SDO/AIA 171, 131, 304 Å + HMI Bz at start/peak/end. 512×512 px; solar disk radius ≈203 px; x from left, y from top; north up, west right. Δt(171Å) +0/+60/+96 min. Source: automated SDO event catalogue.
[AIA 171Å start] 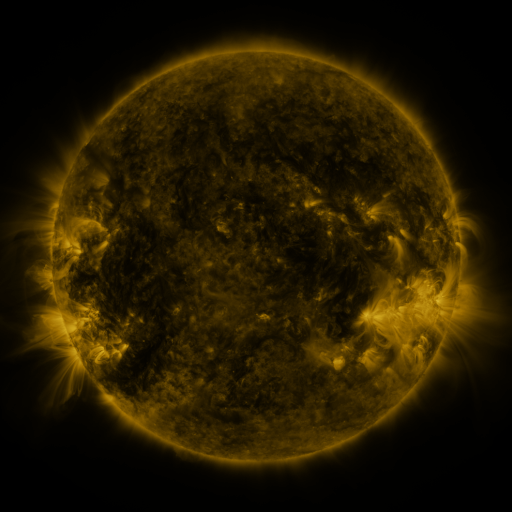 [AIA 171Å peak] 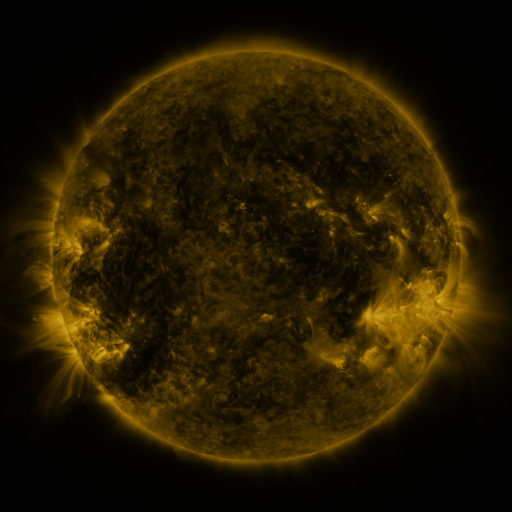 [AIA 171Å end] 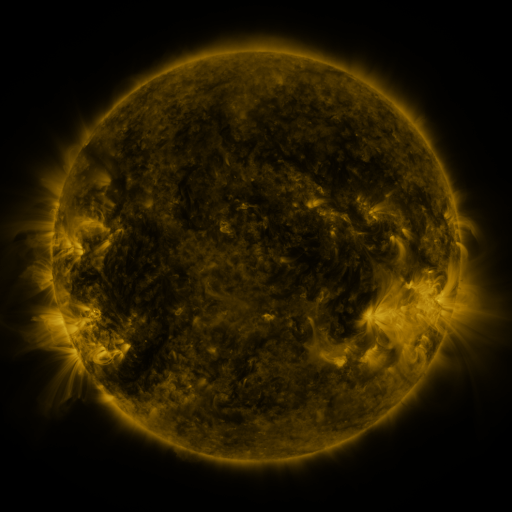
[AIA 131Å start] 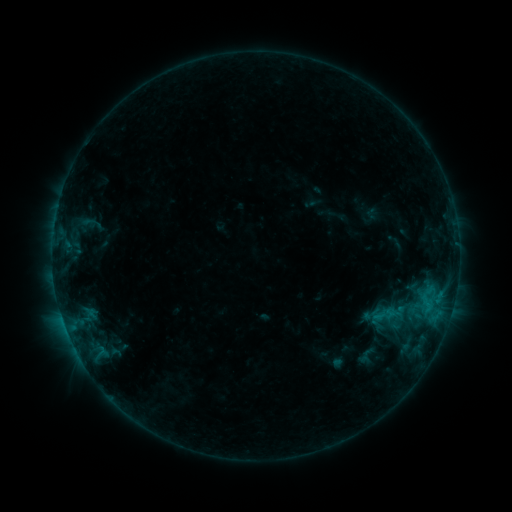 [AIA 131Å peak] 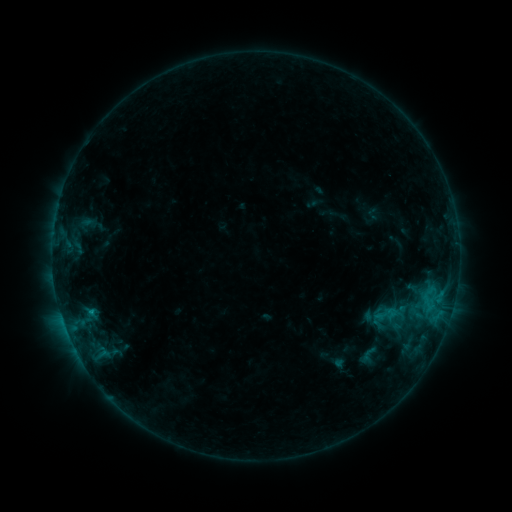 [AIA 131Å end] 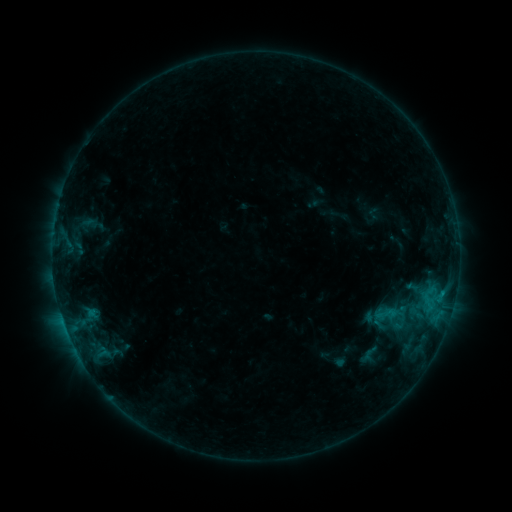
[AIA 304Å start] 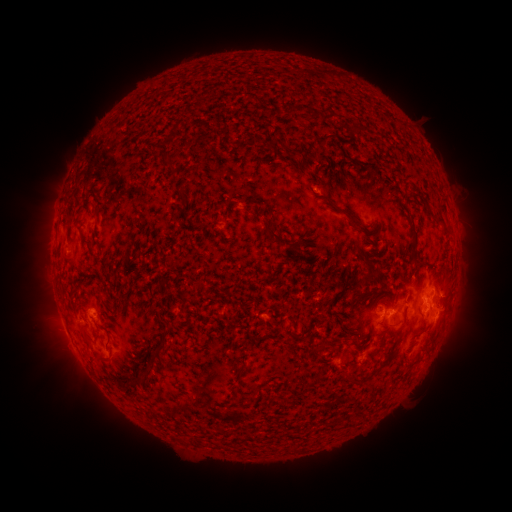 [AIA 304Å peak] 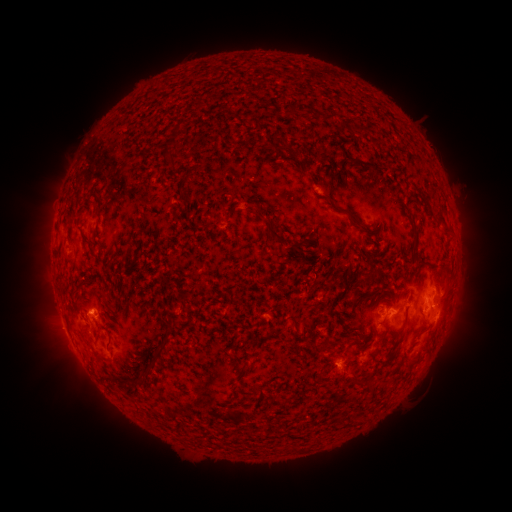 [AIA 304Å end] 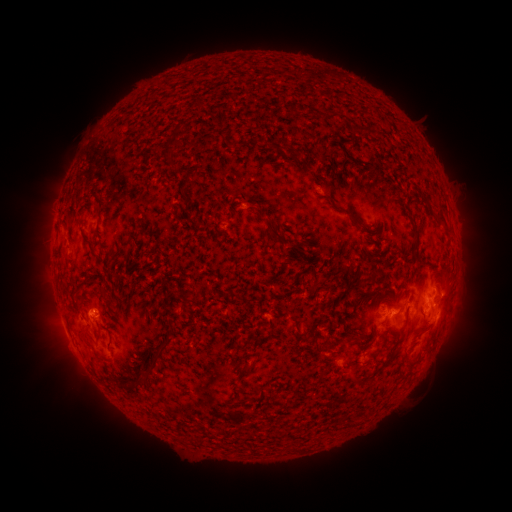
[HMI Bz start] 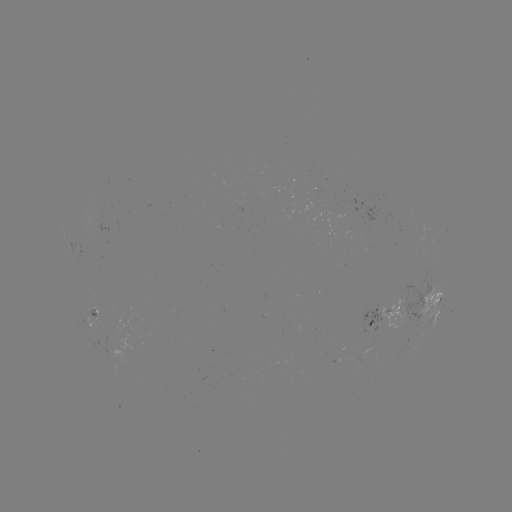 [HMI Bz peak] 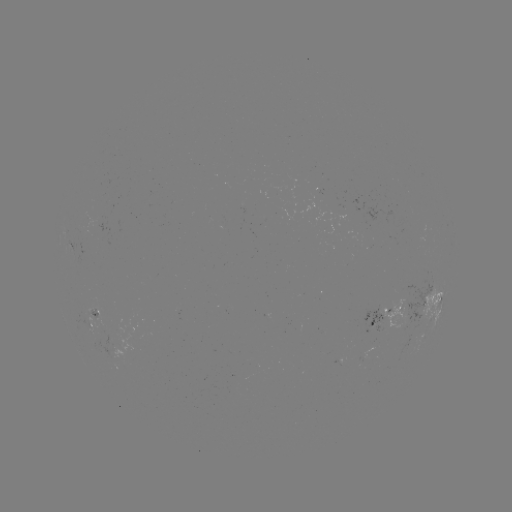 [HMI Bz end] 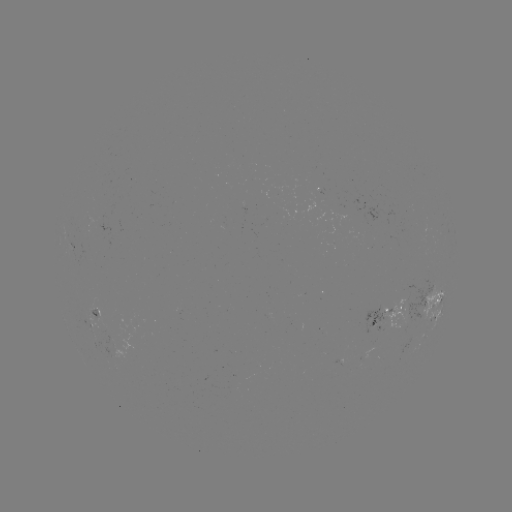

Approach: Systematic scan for emerging-flux region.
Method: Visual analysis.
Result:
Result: emerging-flux region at [316, 197].